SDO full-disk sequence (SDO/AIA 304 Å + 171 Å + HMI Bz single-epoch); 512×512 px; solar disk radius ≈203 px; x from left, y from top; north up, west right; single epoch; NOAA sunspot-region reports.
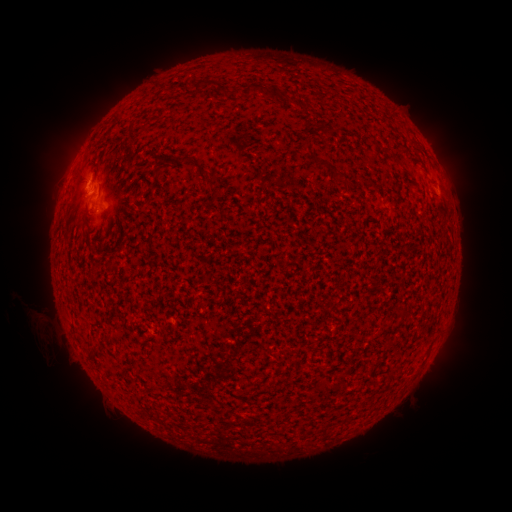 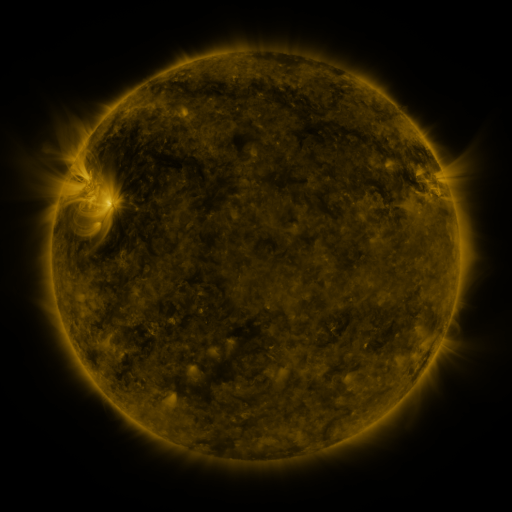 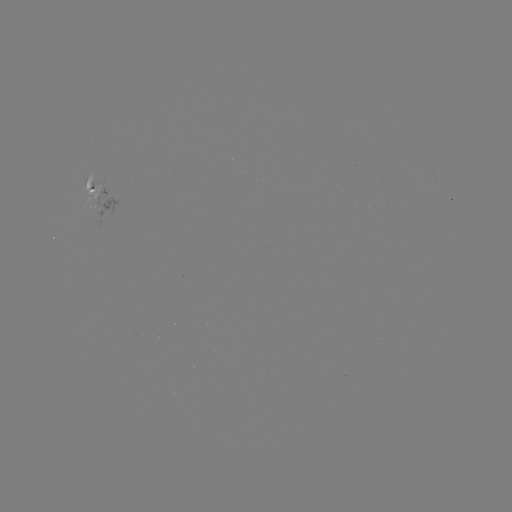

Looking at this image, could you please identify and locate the spotted active region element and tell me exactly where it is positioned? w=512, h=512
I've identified spotted active region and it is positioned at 94,196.